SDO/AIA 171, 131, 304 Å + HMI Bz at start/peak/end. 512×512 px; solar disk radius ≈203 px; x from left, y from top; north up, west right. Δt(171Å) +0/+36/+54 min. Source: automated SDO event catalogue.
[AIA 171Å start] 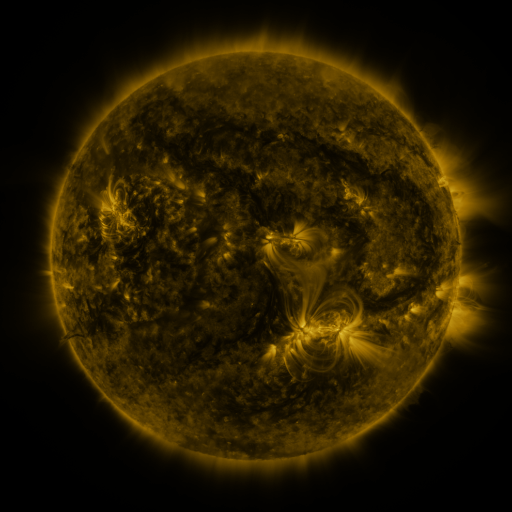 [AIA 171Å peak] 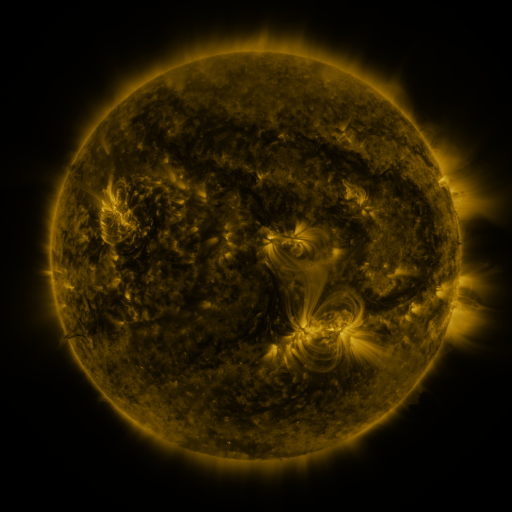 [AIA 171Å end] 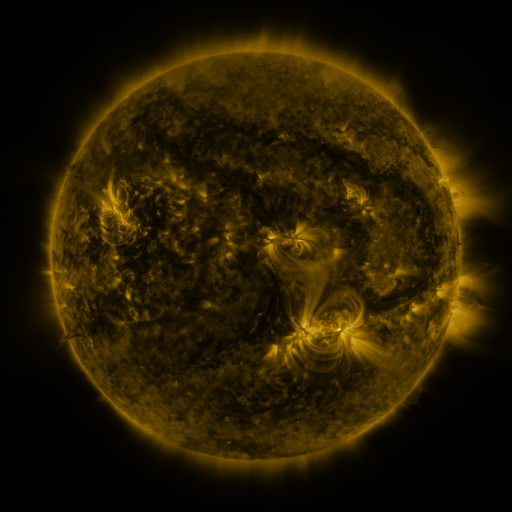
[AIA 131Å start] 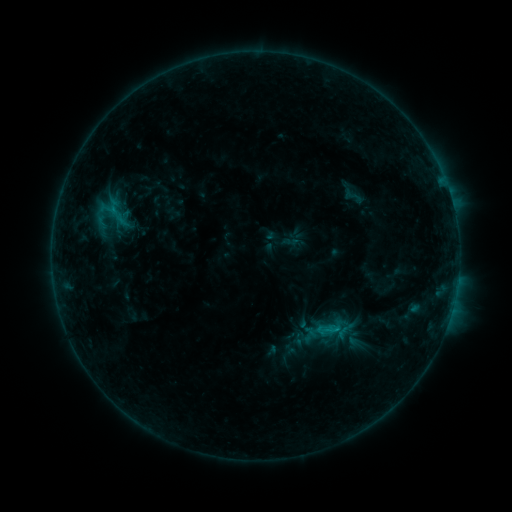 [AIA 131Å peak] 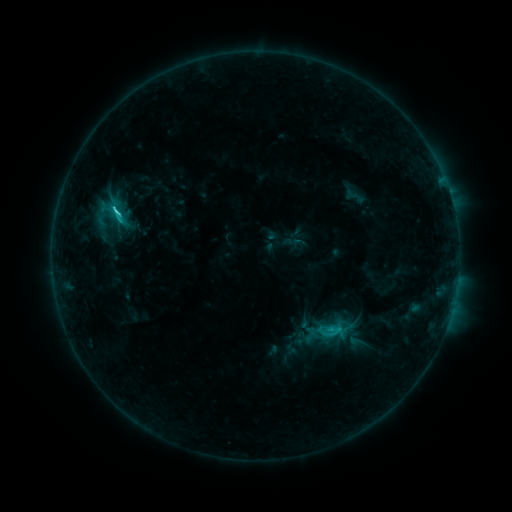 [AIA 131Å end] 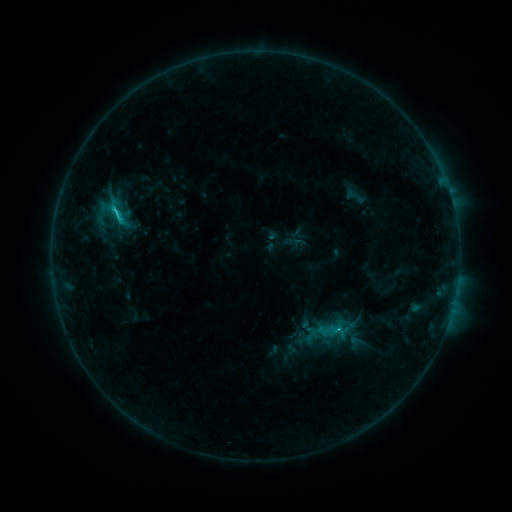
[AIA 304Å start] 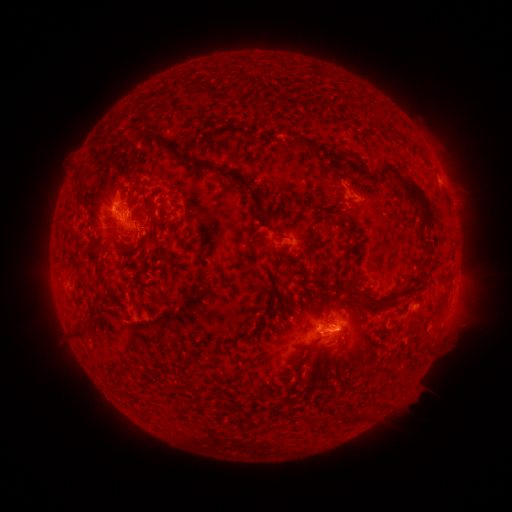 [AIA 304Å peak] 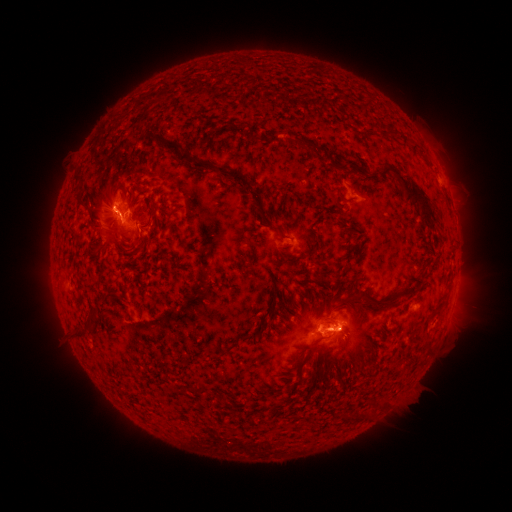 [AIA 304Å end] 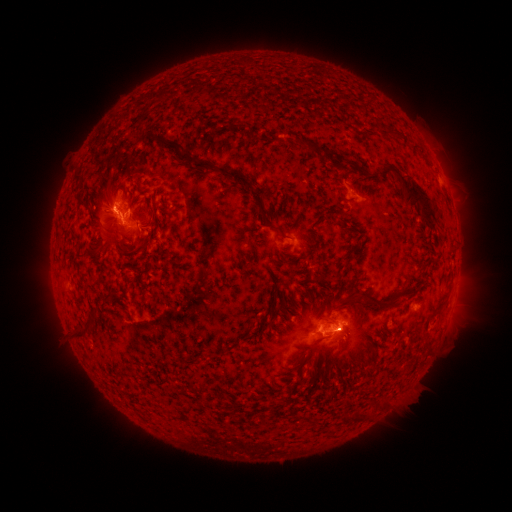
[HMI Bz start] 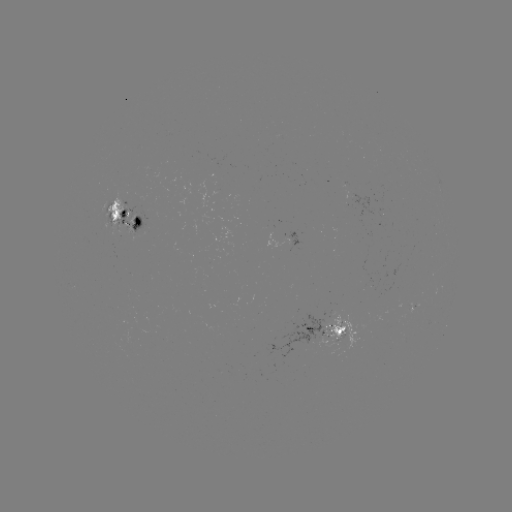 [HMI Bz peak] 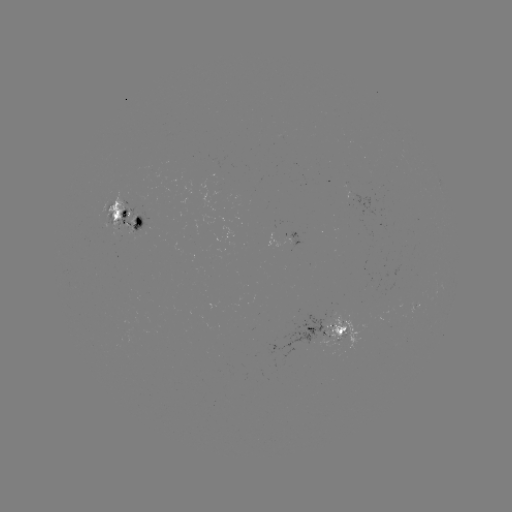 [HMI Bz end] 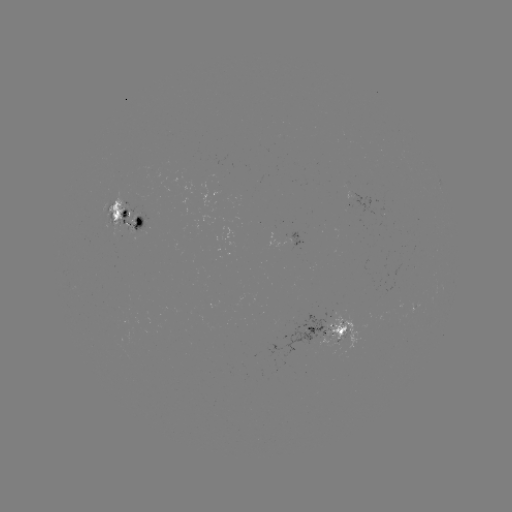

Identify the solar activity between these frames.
C2.8 flare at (118, 213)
